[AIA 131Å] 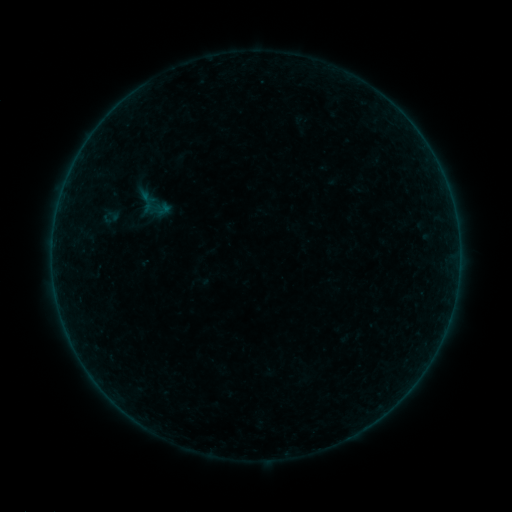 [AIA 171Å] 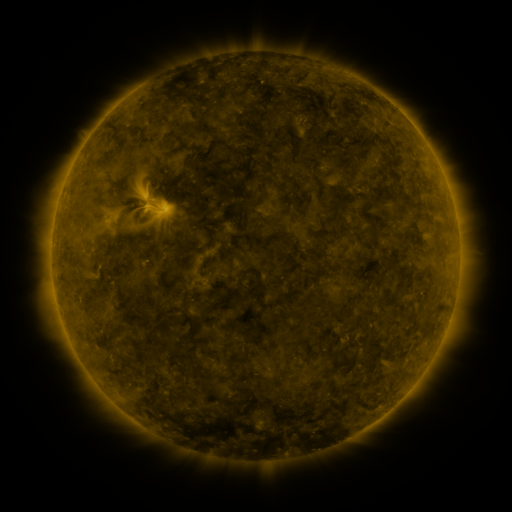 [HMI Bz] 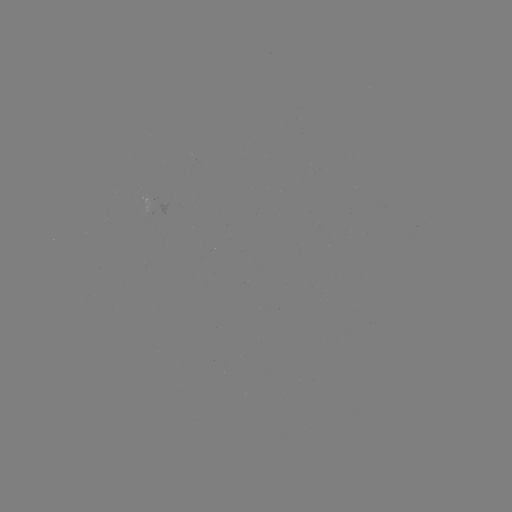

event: sigmoid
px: (110, 217)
